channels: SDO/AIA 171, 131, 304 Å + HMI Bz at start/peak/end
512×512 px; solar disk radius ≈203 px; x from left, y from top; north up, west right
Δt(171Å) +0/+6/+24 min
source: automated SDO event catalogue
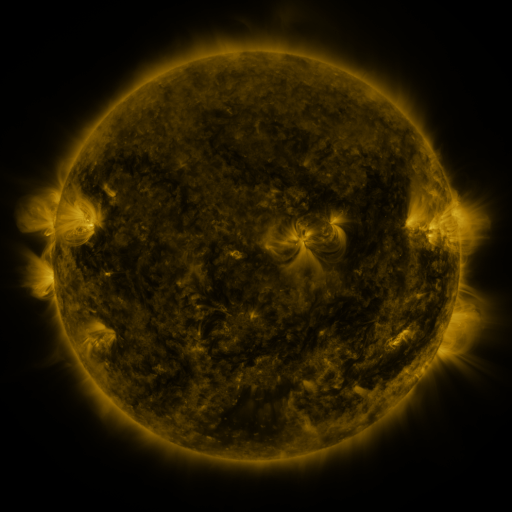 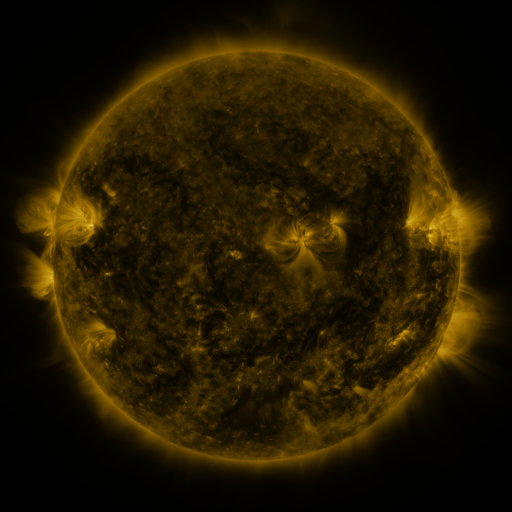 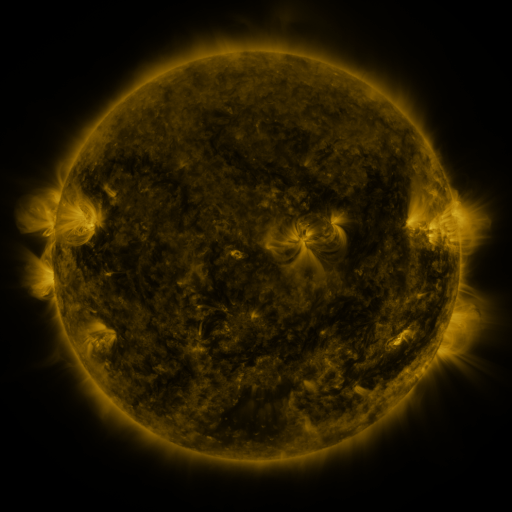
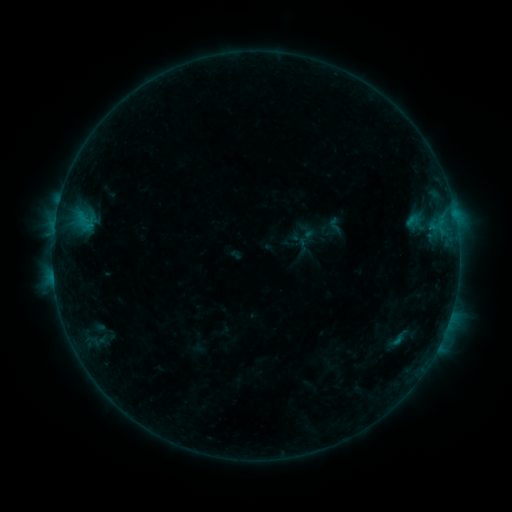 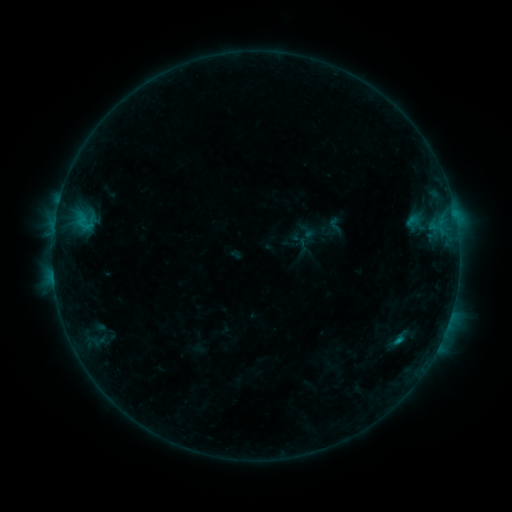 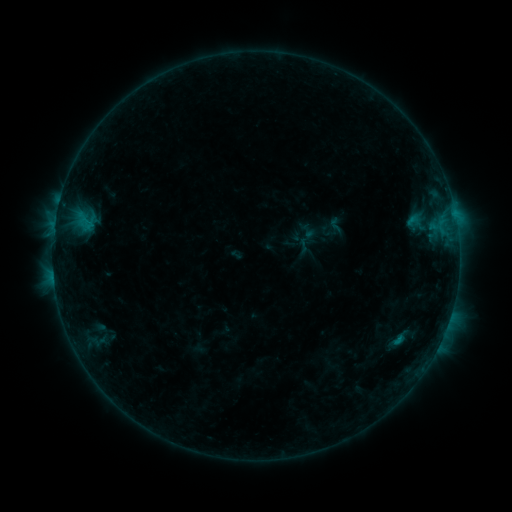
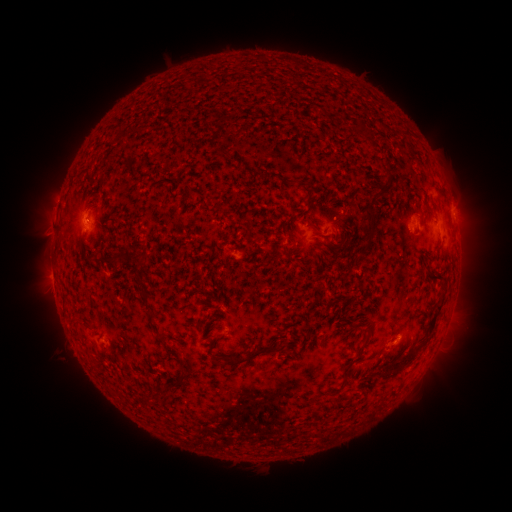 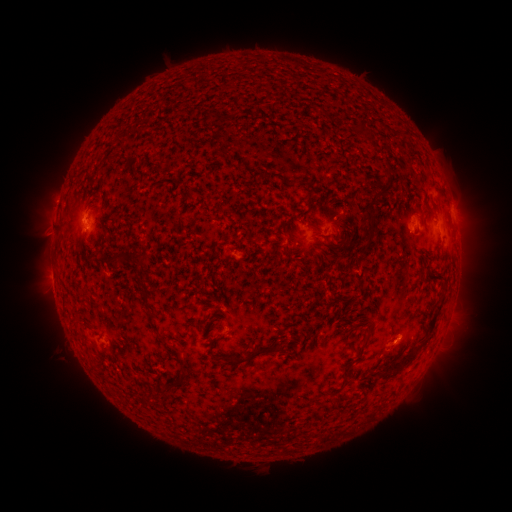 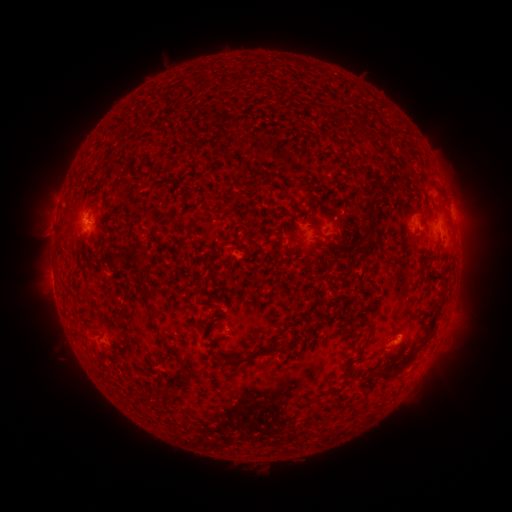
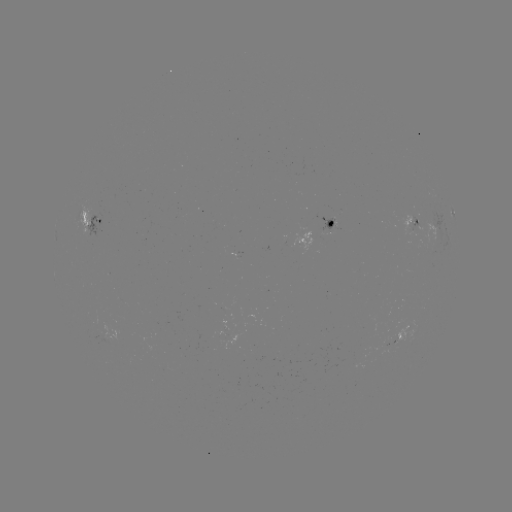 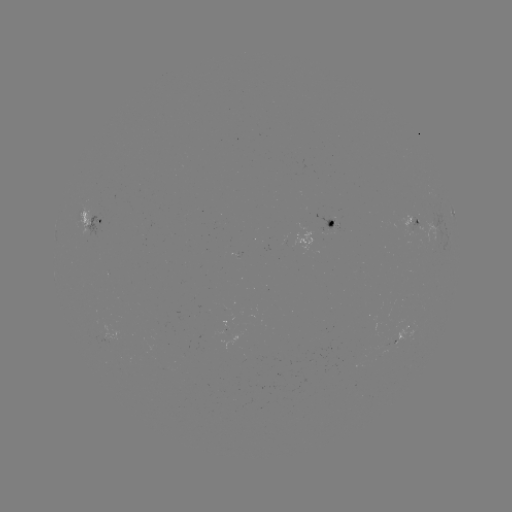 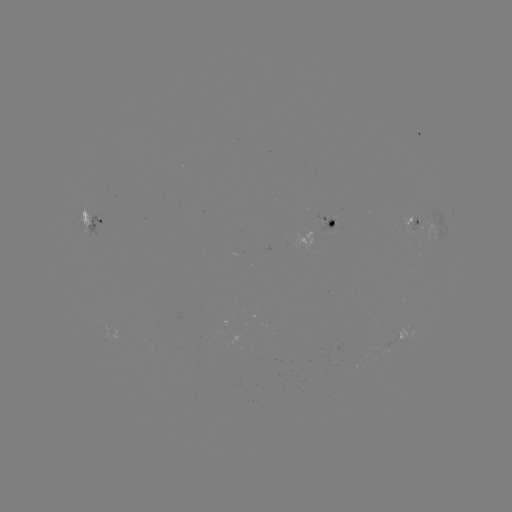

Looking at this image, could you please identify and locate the B6.4 flare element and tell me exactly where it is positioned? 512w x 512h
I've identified B6.4 flare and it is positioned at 398,339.